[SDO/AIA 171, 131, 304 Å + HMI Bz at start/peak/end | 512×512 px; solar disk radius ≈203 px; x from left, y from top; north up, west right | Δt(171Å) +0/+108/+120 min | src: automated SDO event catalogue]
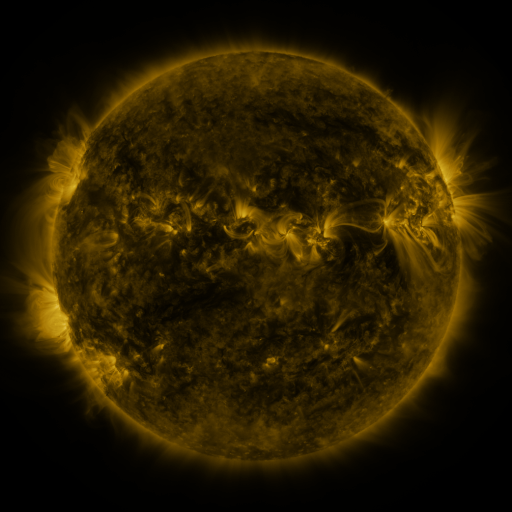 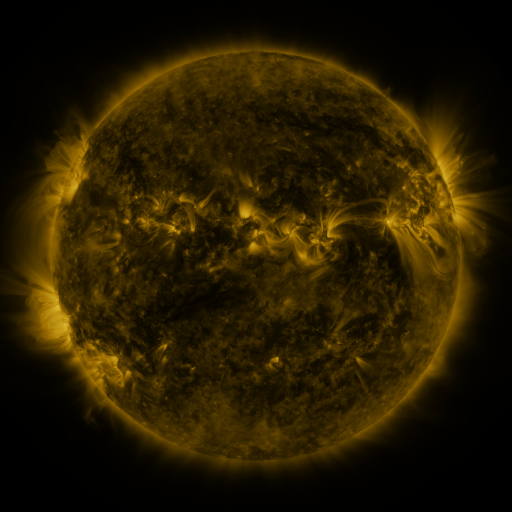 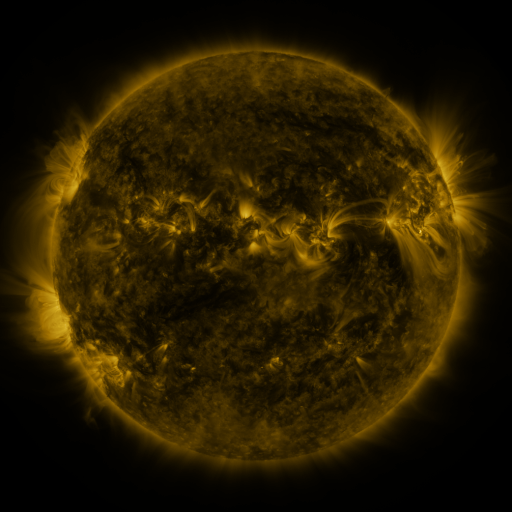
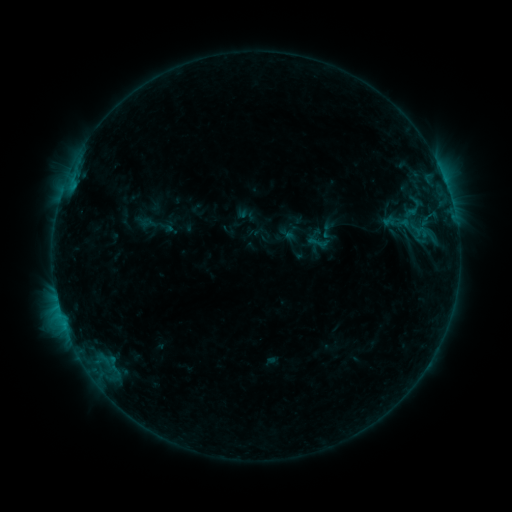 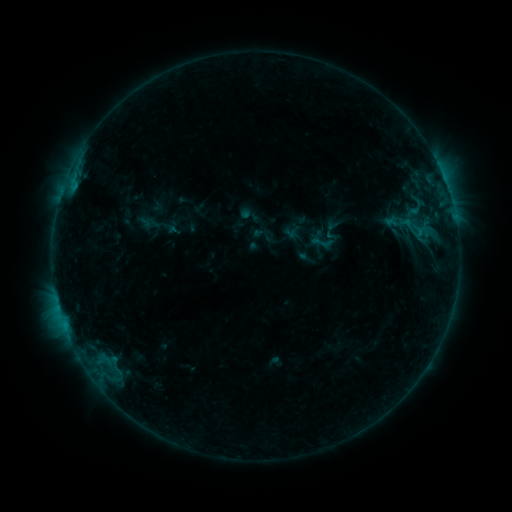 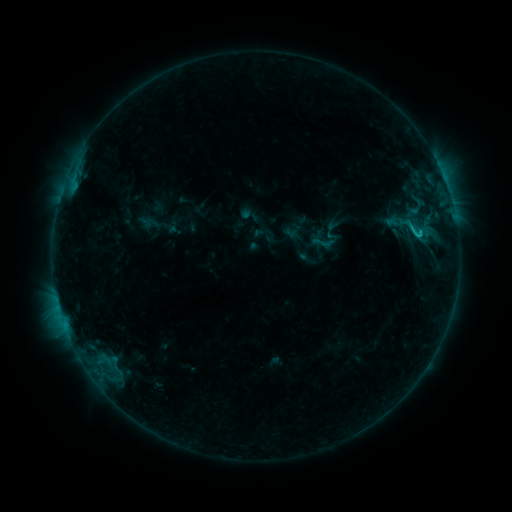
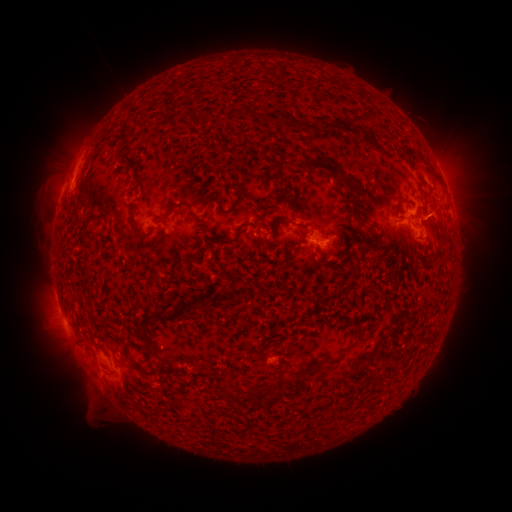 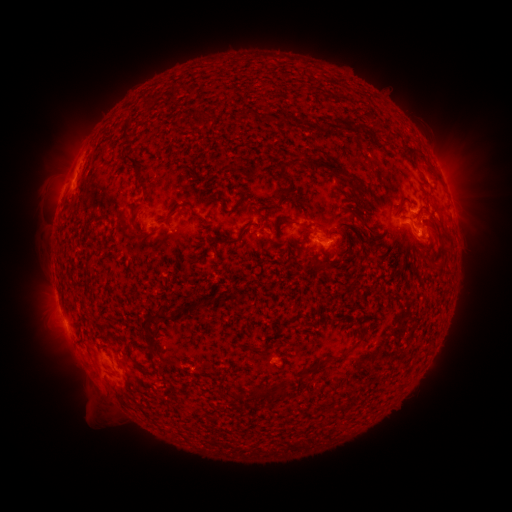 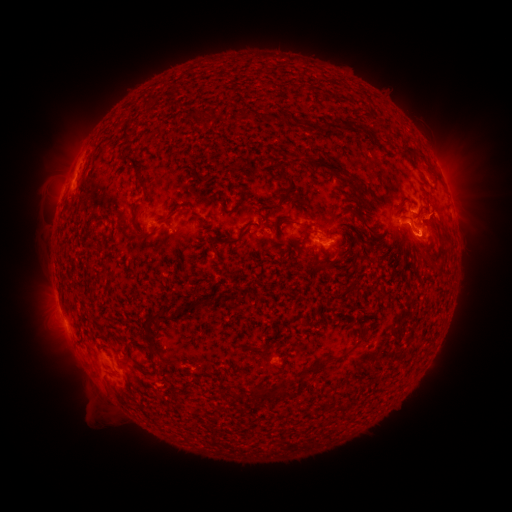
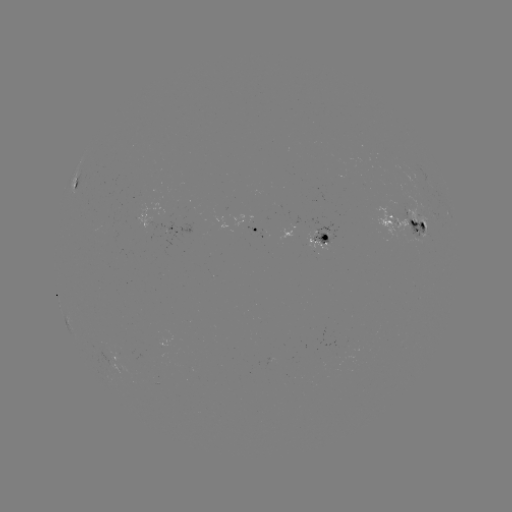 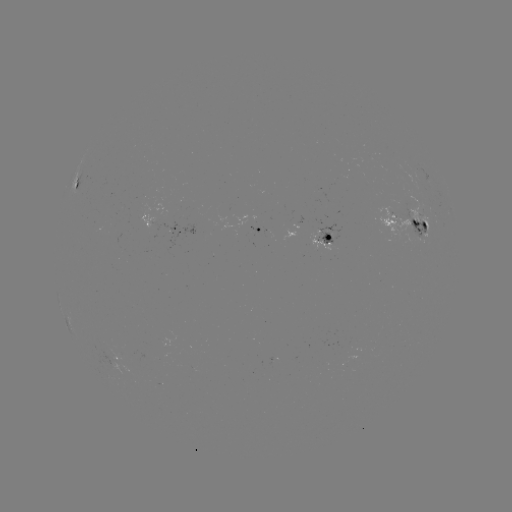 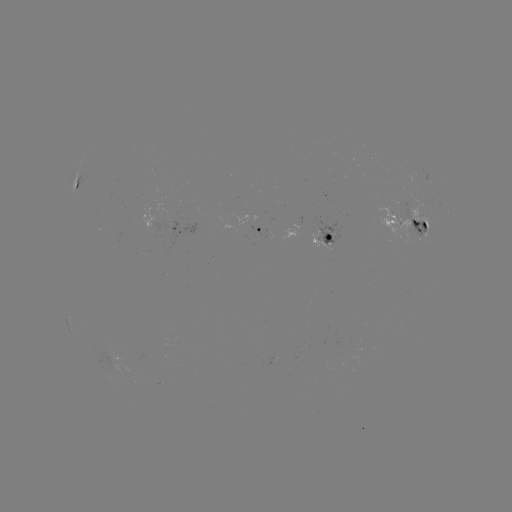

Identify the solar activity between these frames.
emerging-flux region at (415, 233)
